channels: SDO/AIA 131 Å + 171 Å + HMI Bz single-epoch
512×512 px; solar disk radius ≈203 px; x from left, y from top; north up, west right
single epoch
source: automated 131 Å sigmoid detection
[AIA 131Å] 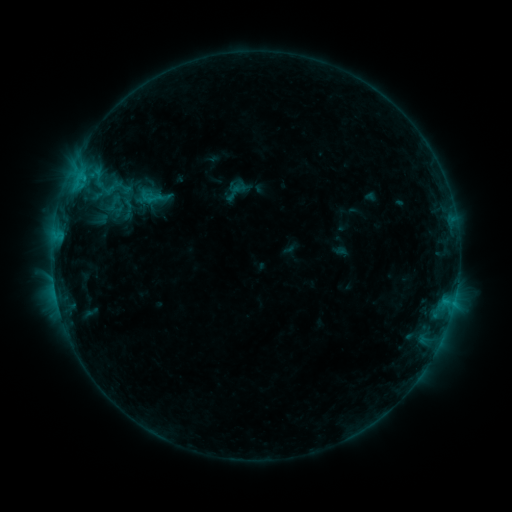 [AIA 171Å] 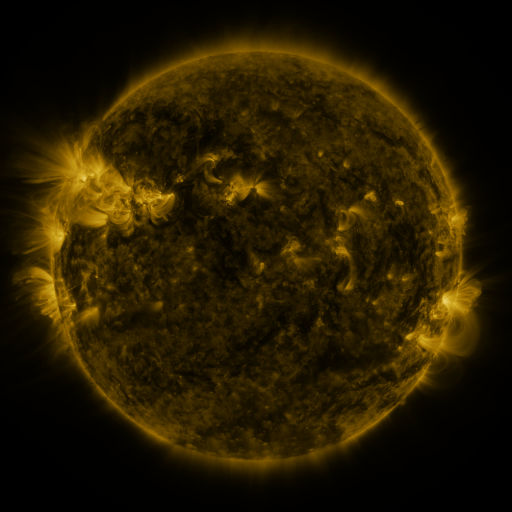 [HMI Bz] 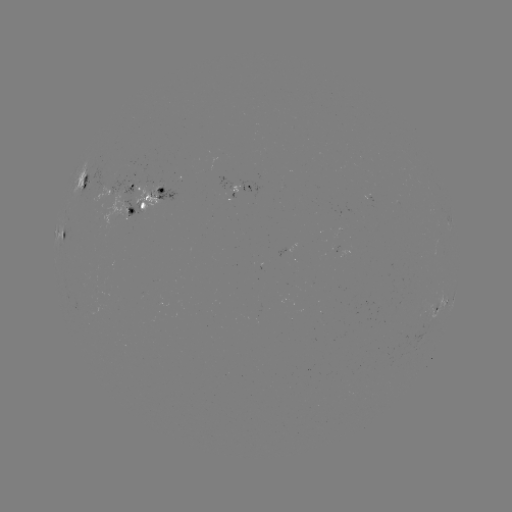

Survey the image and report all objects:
sigmoid: (234, 193)
sigmoid: (114, 203)
